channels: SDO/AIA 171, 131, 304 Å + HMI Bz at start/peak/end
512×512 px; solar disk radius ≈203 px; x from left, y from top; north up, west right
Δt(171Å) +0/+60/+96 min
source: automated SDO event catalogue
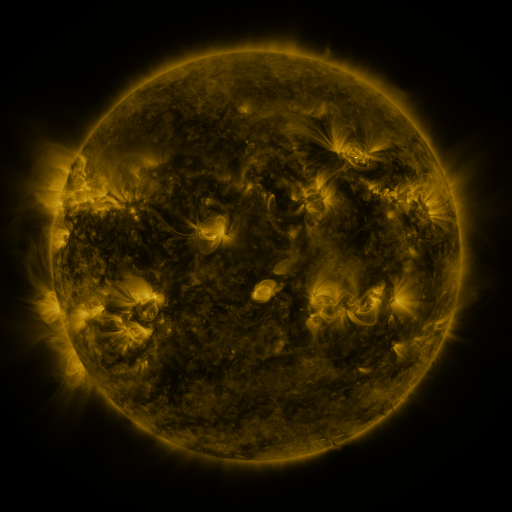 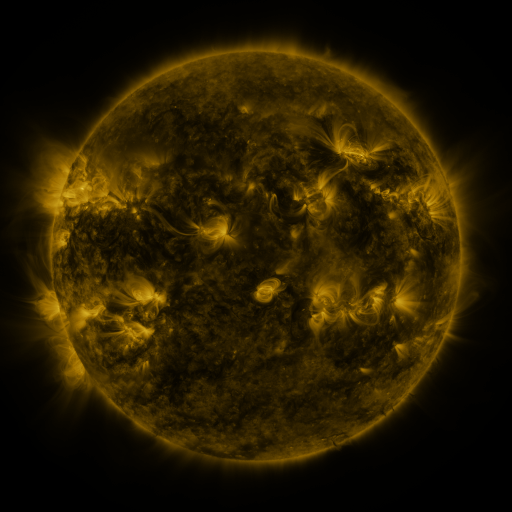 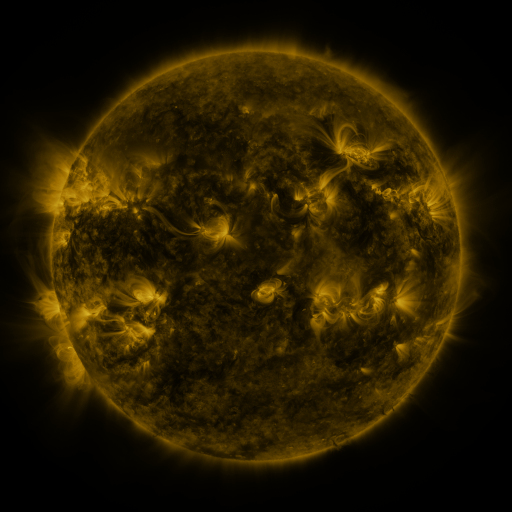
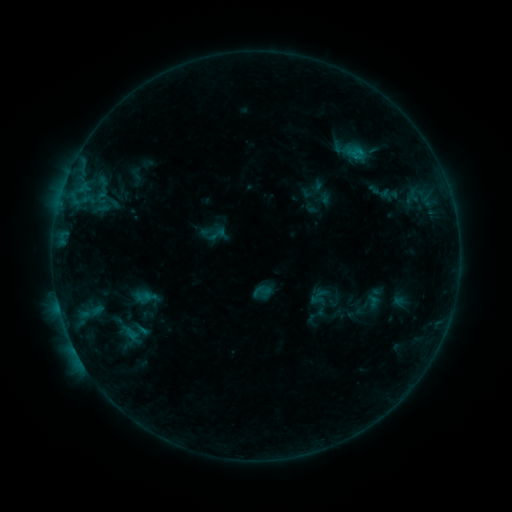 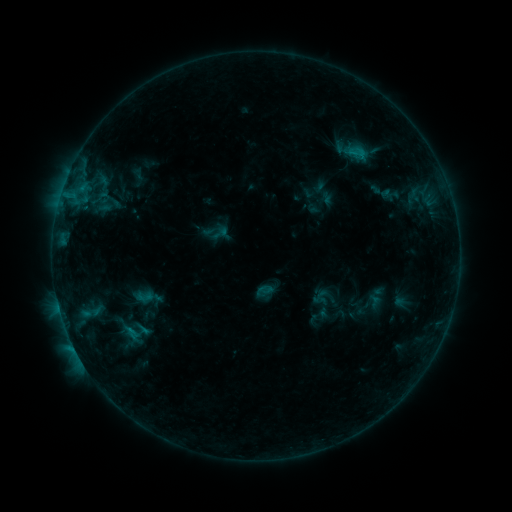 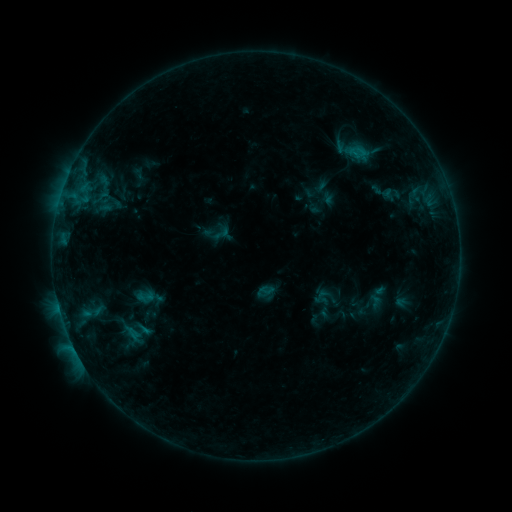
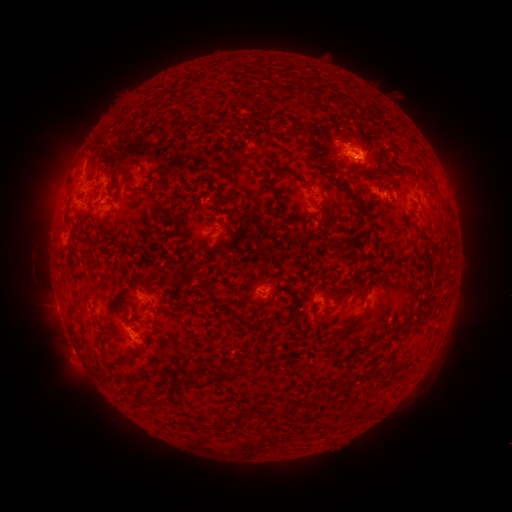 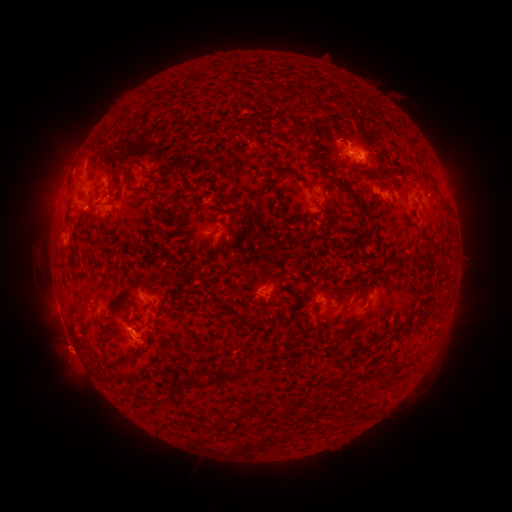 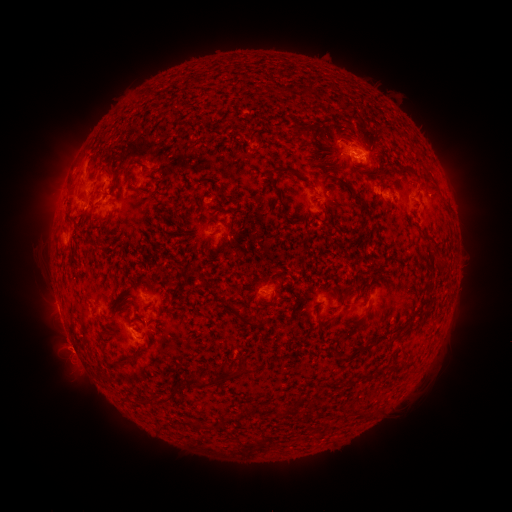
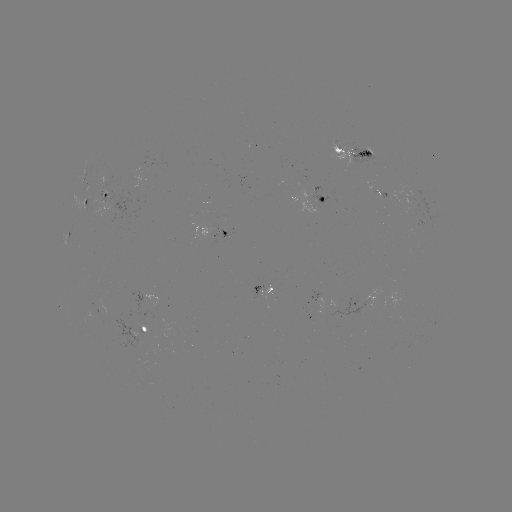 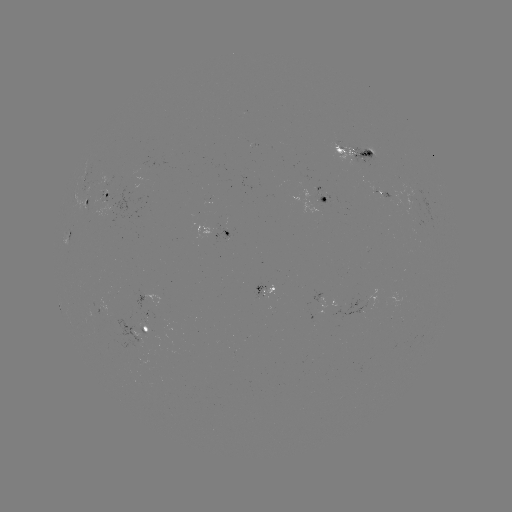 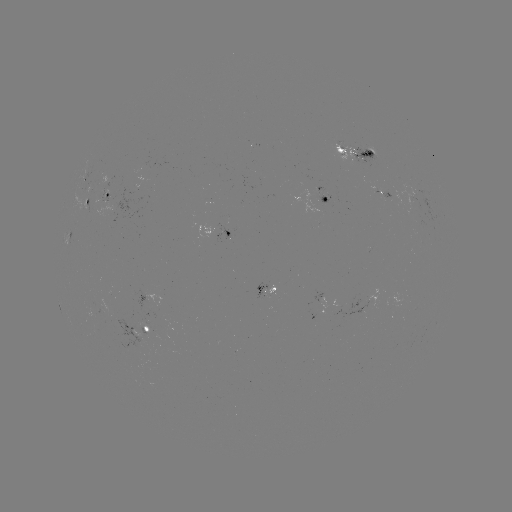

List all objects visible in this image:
emerging-flux region: (109, 177)
